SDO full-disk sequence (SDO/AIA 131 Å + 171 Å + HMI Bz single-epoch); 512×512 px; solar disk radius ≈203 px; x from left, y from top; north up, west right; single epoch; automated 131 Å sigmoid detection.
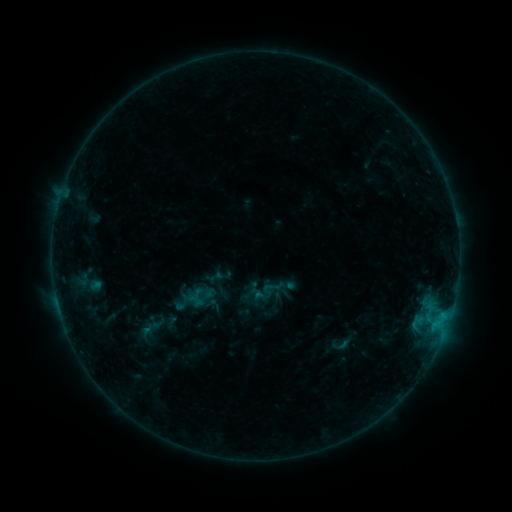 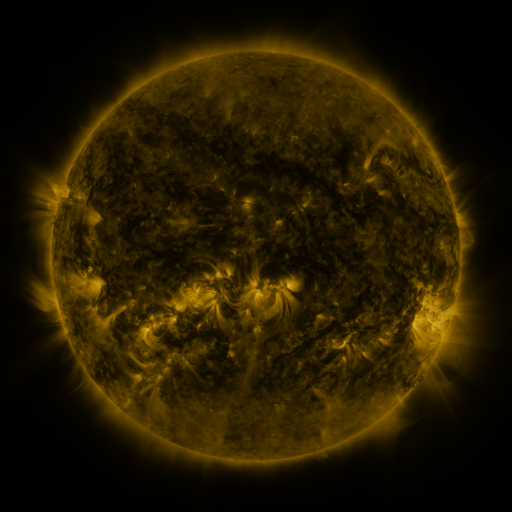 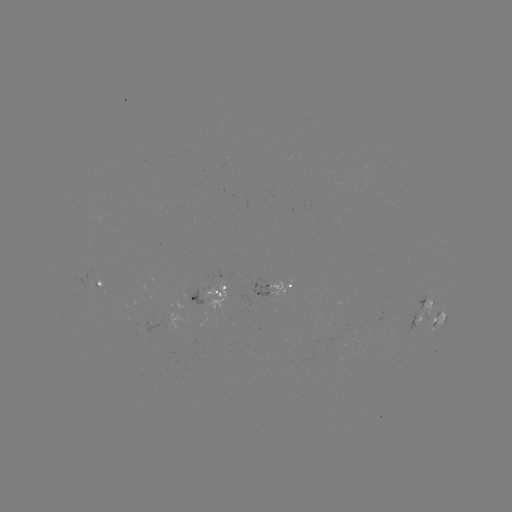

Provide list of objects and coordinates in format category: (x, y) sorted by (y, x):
sigmoid: (273, 288)
